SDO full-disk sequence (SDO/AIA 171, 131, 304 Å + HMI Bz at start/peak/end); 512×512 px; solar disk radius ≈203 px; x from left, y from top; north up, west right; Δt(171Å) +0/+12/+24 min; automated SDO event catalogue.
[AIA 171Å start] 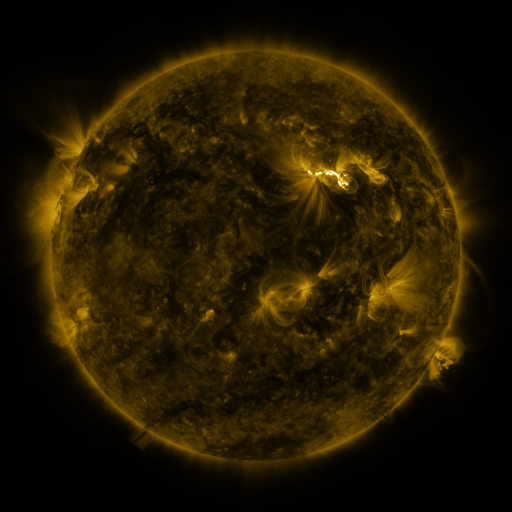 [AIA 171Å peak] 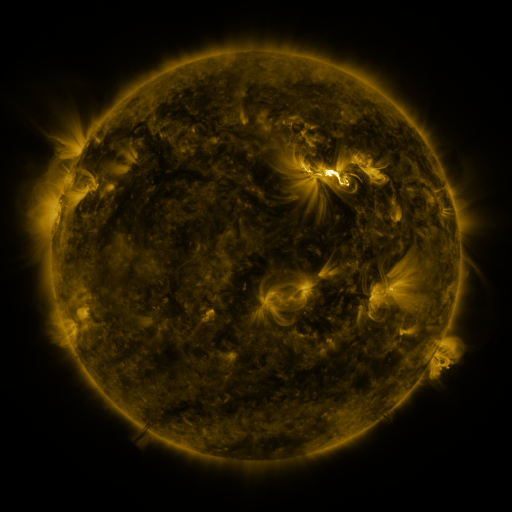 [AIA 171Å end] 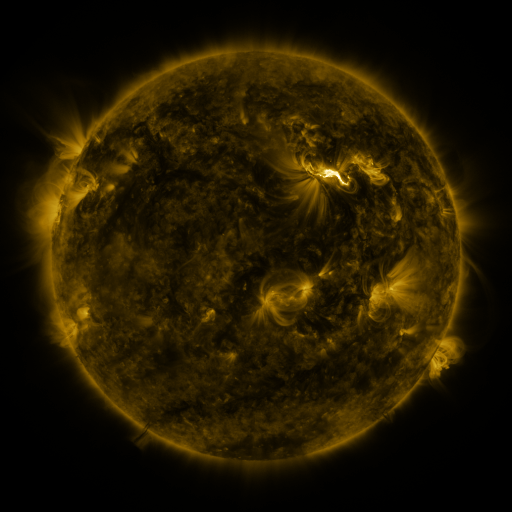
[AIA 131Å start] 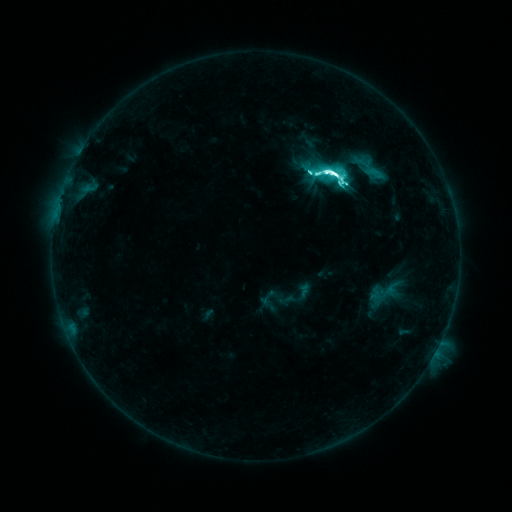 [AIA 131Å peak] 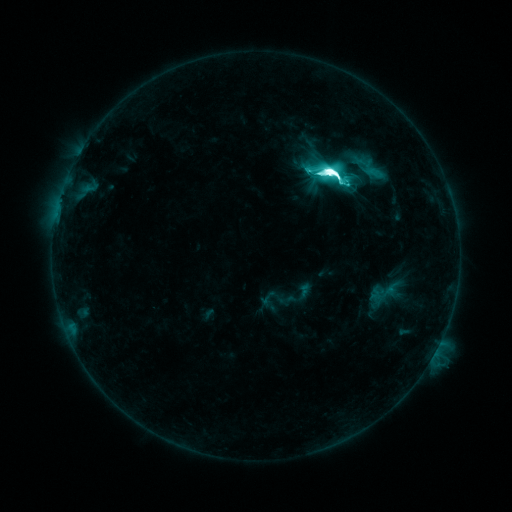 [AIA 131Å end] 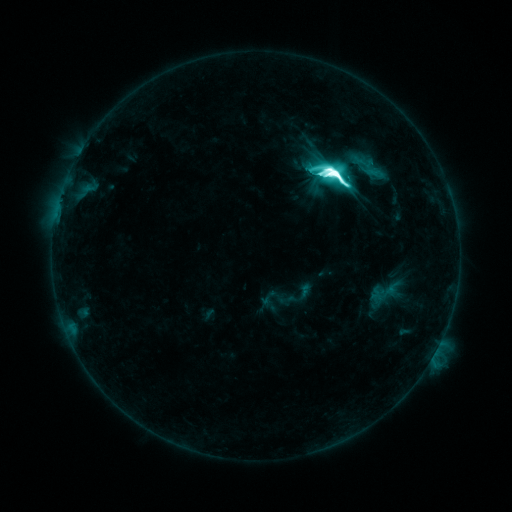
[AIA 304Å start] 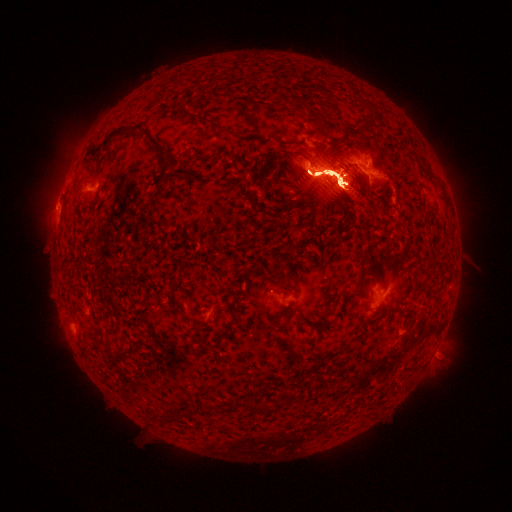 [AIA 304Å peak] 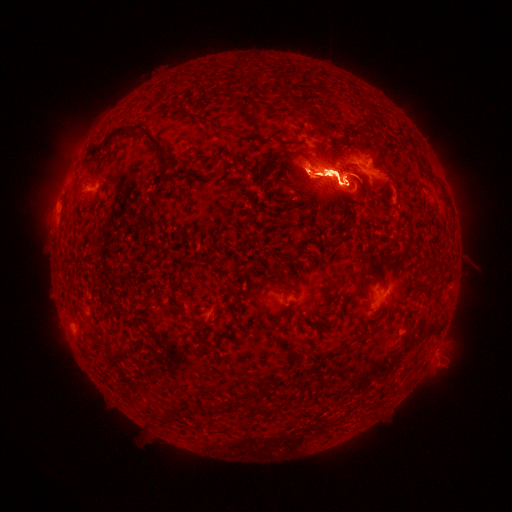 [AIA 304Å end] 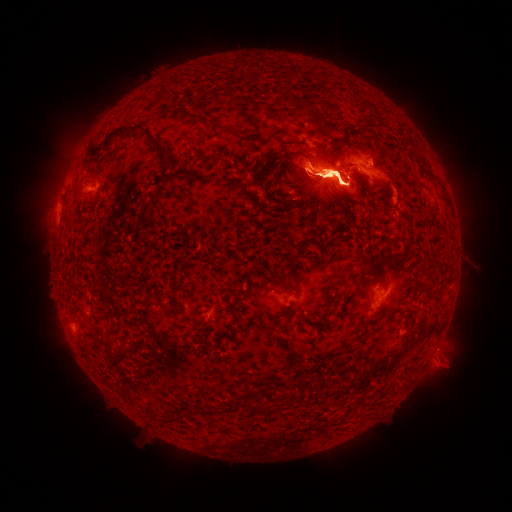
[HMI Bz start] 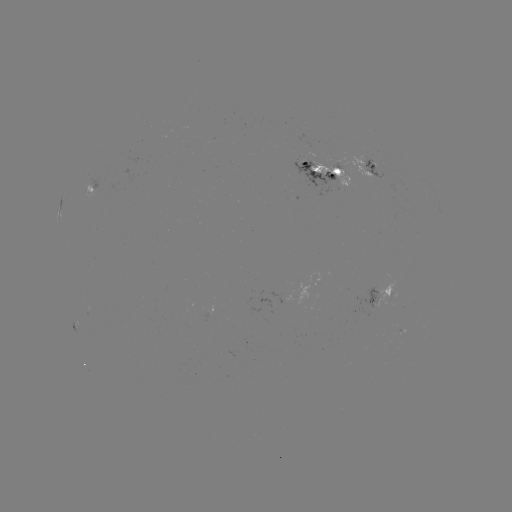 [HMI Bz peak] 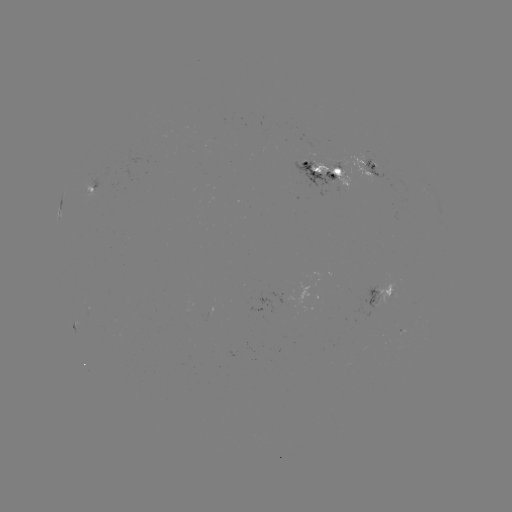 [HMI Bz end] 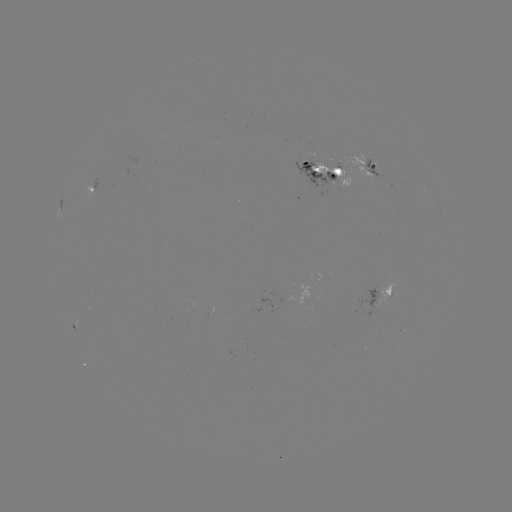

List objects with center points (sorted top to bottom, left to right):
eruption: (247, 186)
